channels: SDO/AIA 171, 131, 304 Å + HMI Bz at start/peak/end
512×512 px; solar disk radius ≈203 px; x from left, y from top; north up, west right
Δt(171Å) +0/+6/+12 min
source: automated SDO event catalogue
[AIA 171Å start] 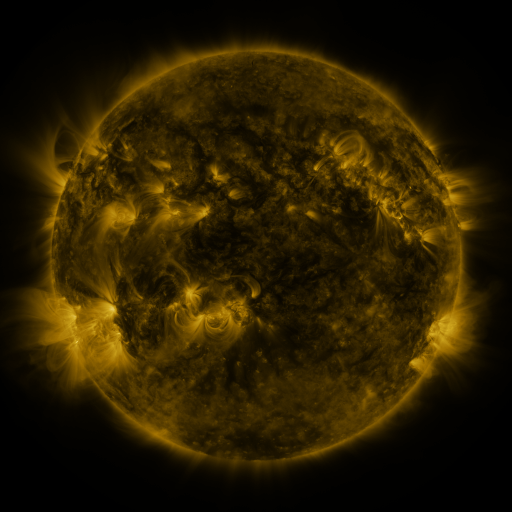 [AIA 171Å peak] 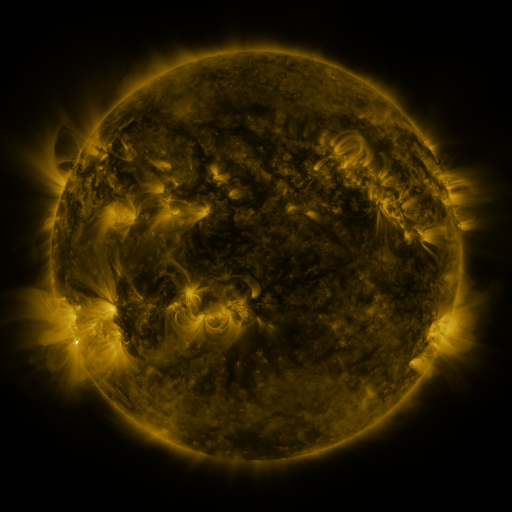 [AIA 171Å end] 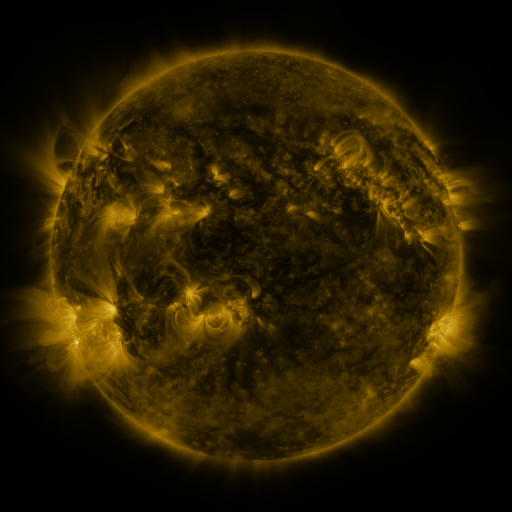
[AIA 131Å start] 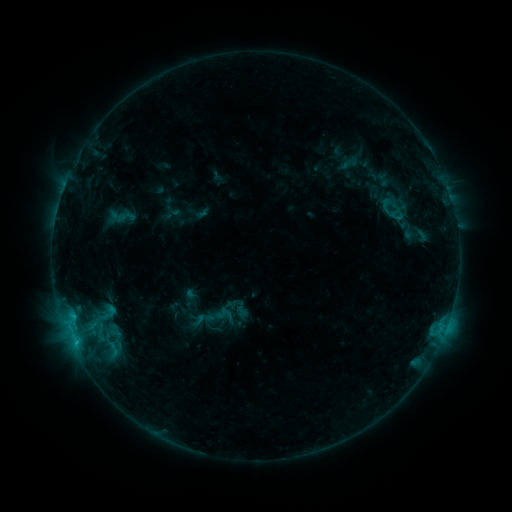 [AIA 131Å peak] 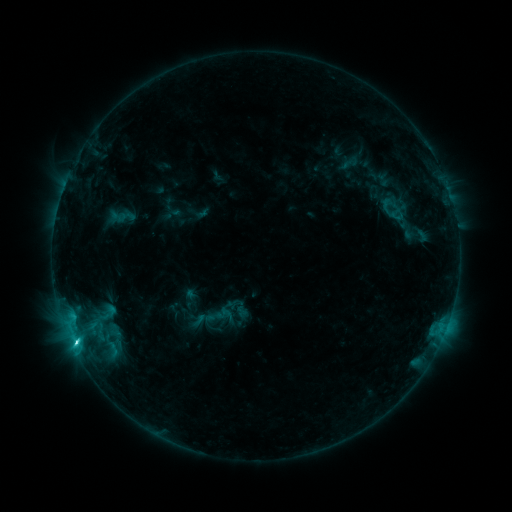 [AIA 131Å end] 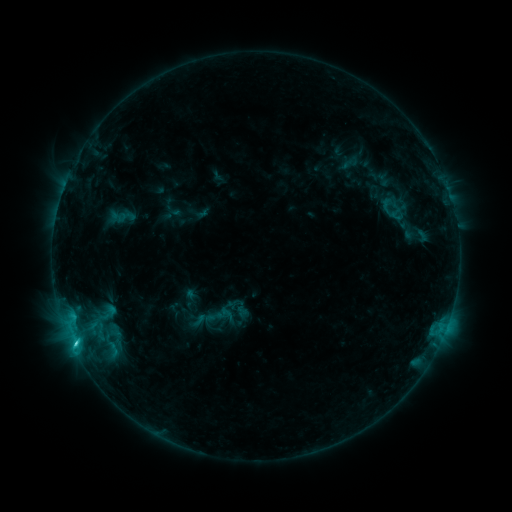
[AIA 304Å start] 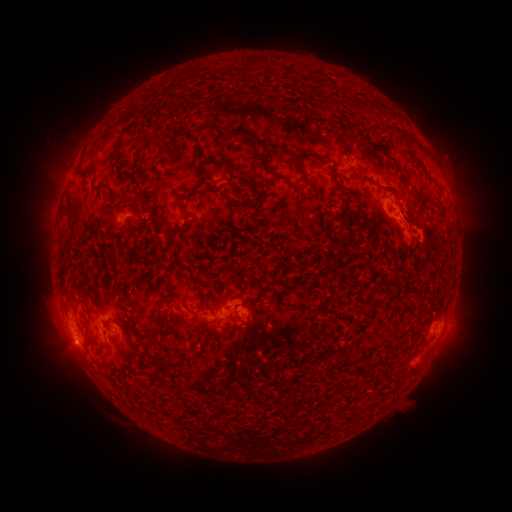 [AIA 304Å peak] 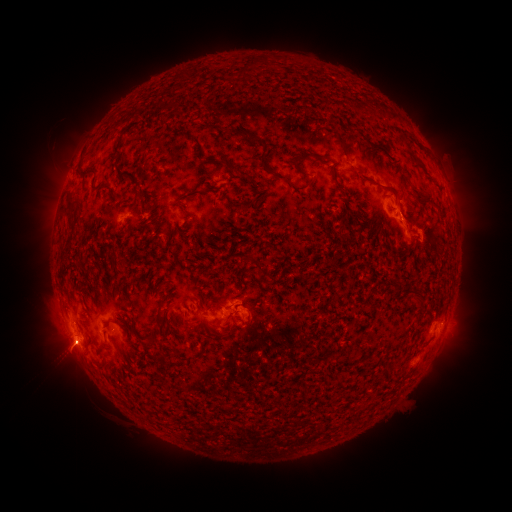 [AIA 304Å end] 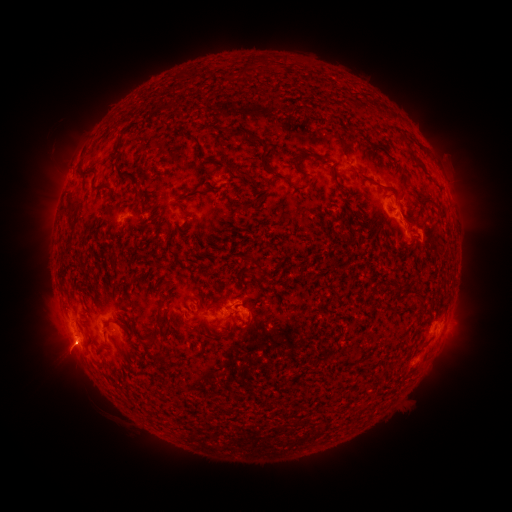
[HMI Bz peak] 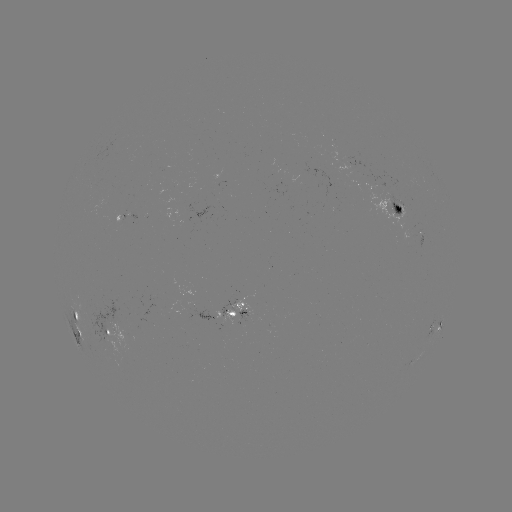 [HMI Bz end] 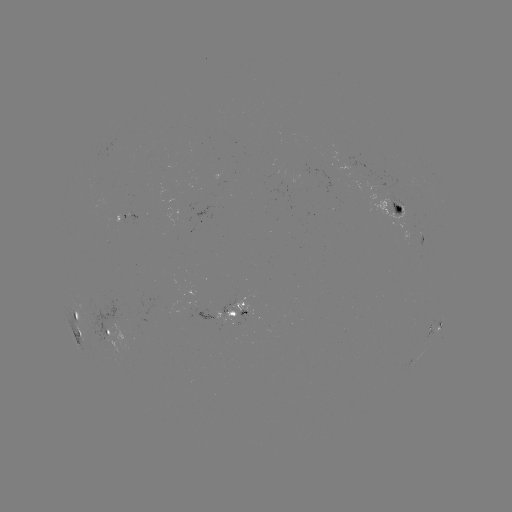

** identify eruption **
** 65,355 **